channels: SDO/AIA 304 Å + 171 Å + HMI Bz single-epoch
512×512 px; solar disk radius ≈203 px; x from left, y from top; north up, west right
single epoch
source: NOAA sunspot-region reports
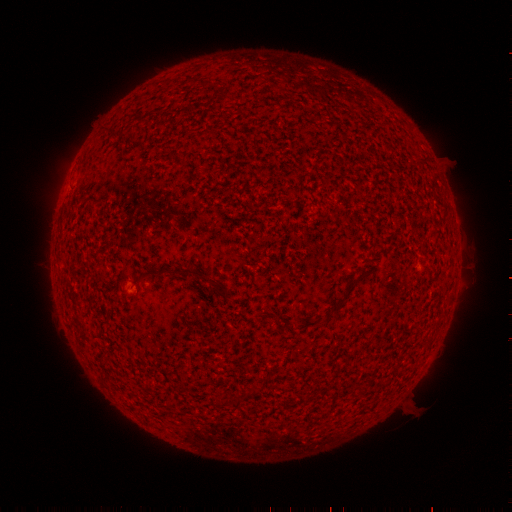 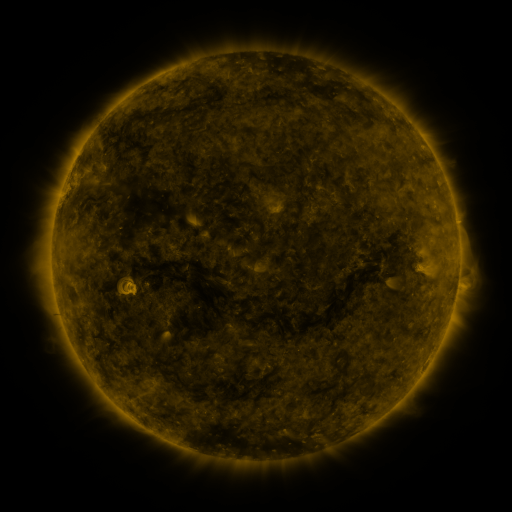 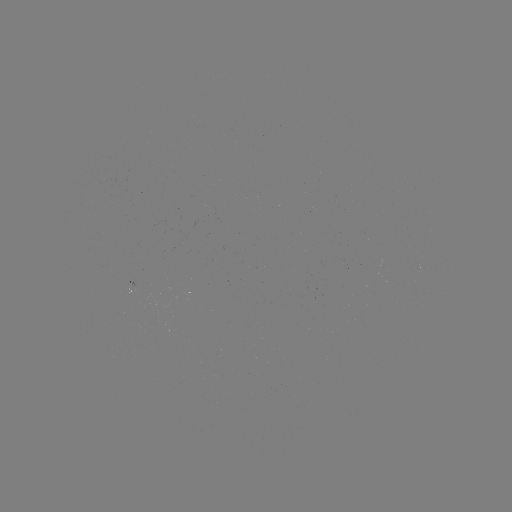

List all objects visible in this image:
(none)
